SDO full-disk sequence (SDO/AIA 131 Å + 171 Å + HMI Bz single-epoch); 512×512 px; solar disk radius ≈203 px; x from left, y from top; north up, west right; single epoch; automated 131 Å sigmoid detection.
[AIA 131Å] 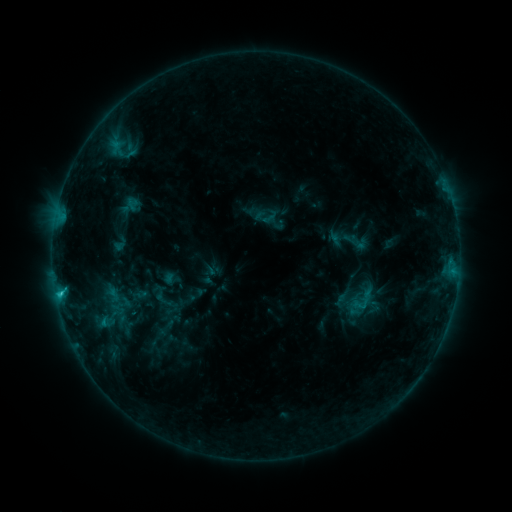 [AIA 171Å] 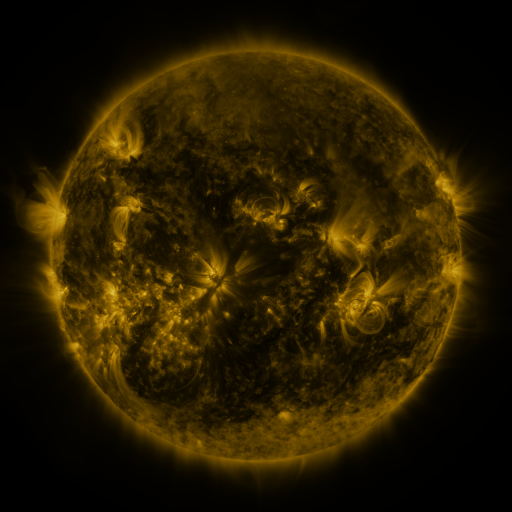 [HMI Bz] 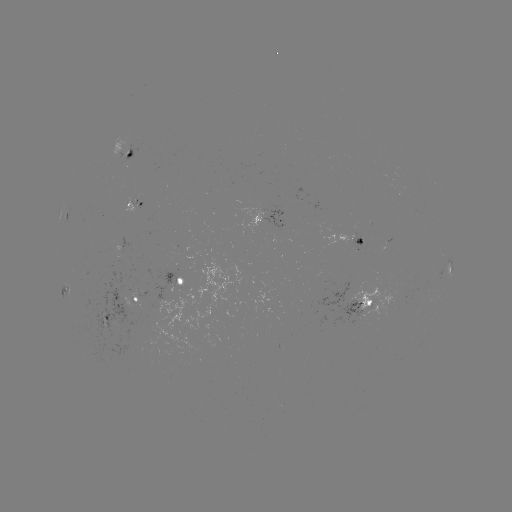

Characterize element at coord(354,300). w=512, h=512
sigmoid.